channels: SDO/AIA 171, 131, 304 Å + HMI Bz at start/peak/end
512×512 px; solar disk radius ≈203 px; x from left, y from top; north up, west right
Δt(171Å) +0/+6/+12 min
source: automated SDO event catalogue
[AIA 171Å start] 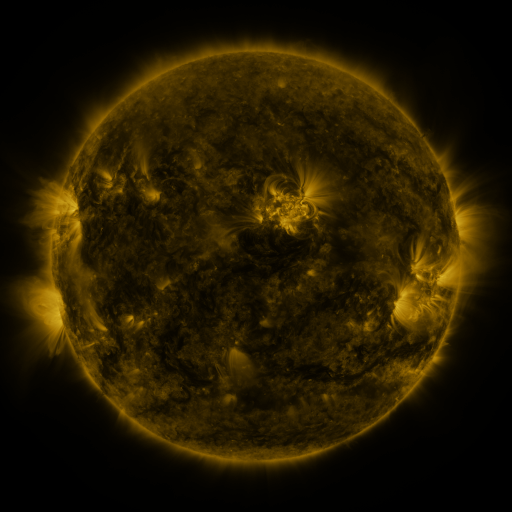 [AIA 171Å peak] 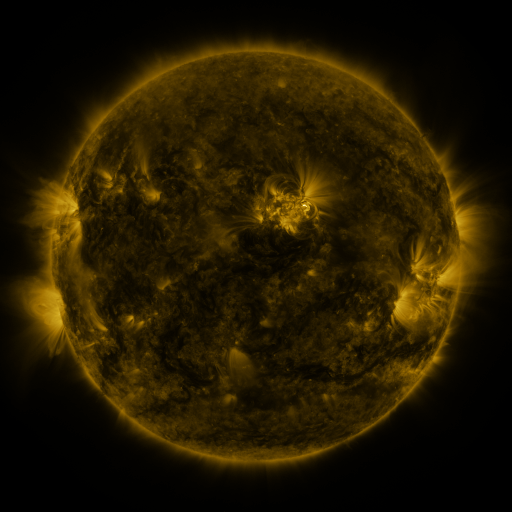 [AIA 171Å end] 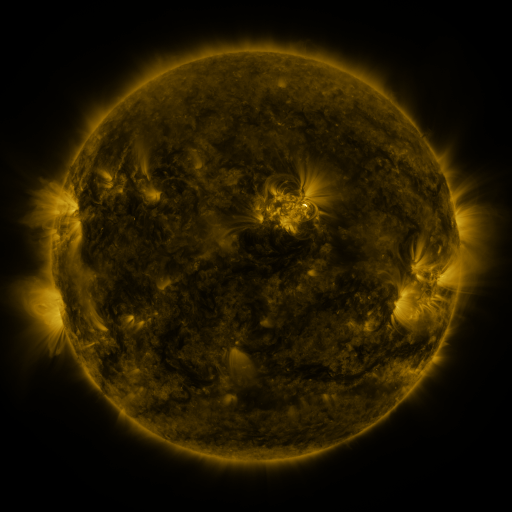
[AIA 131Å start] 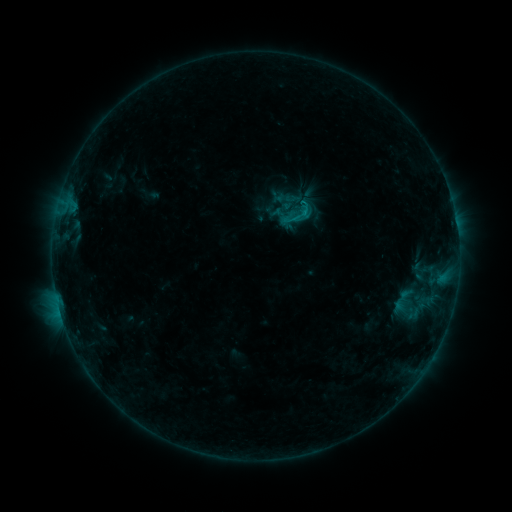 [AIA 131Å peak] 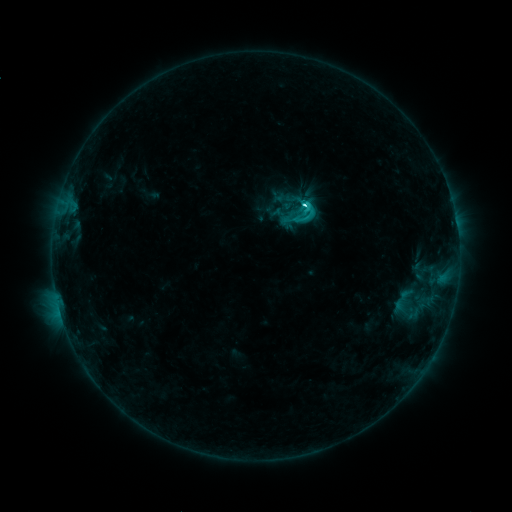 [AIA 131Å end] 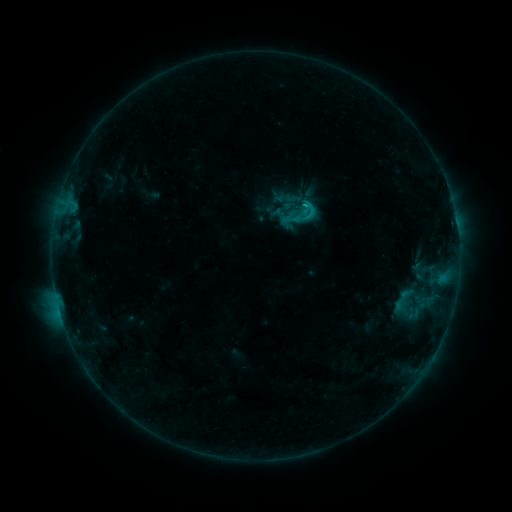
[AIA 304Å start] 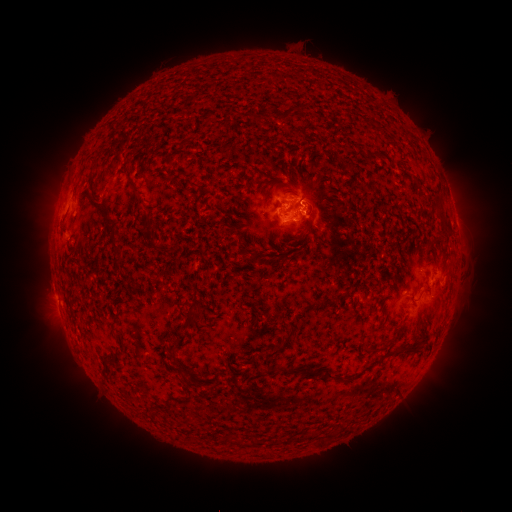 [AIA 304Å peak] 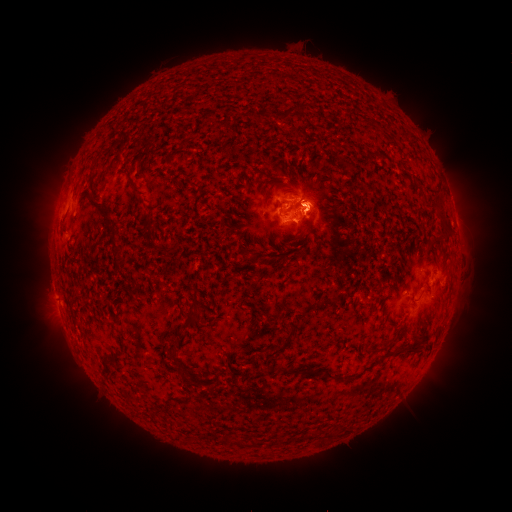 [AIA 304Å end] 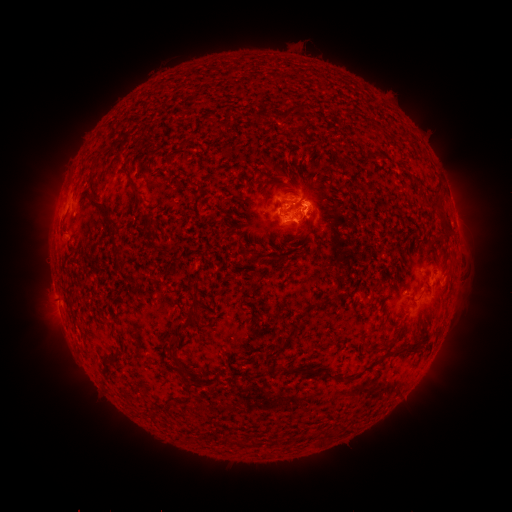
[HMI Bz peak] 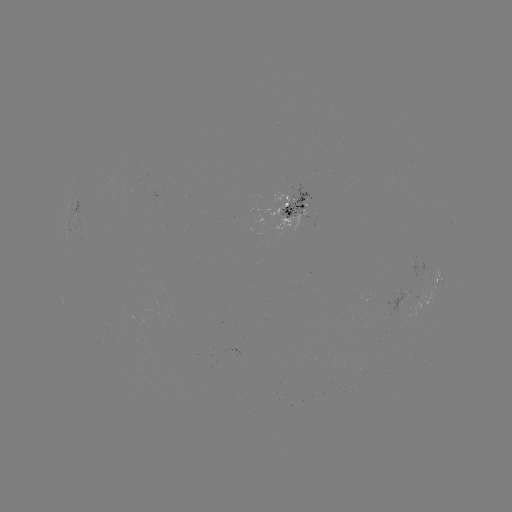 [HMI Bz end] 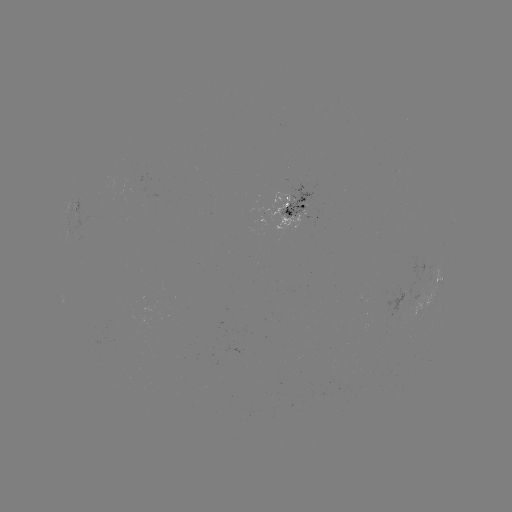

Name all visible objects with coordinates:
eruption: (449, 297)
